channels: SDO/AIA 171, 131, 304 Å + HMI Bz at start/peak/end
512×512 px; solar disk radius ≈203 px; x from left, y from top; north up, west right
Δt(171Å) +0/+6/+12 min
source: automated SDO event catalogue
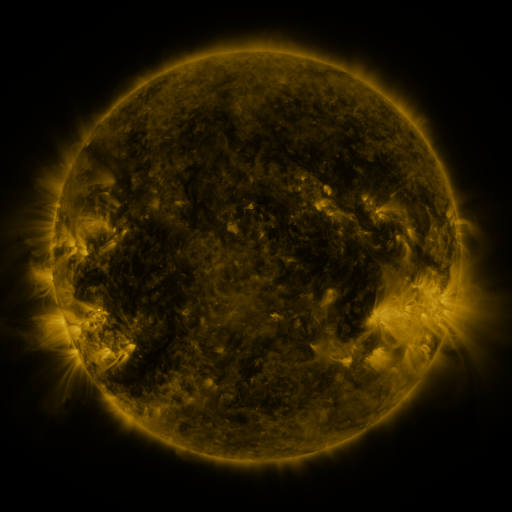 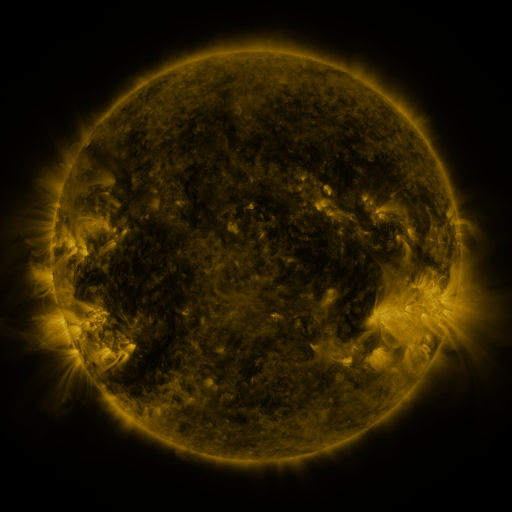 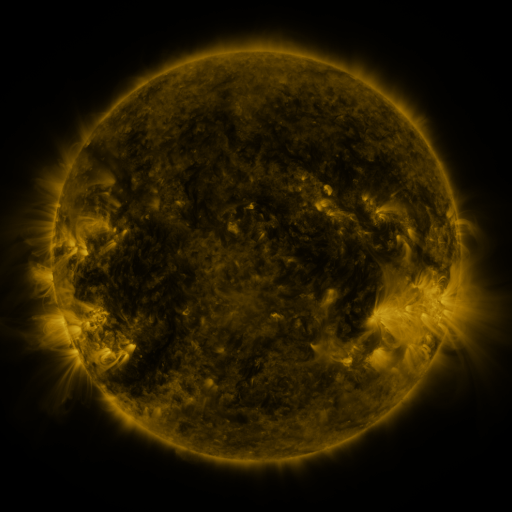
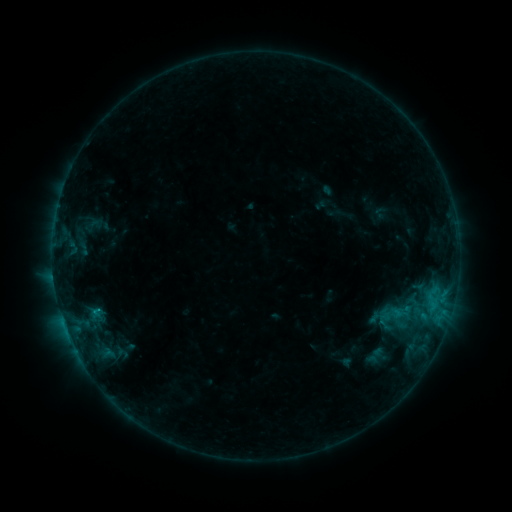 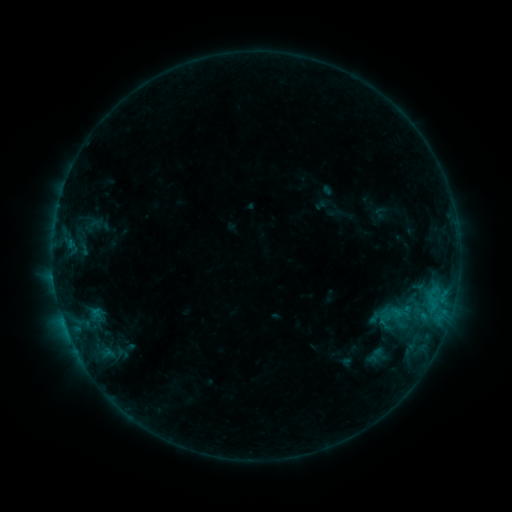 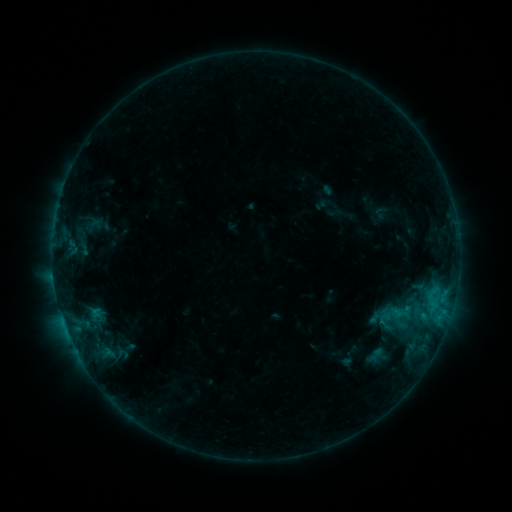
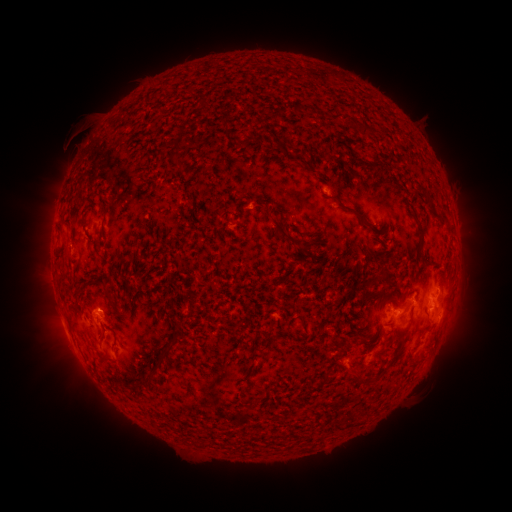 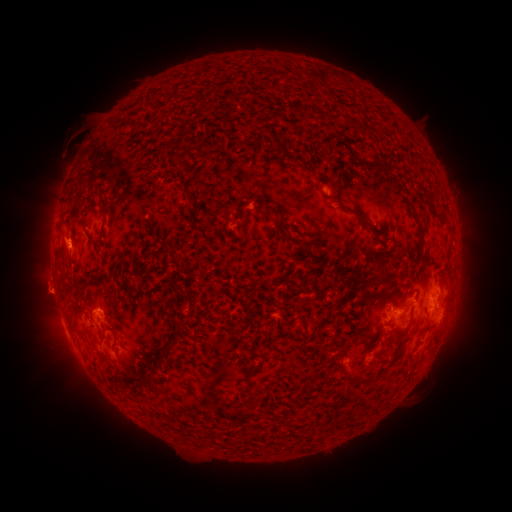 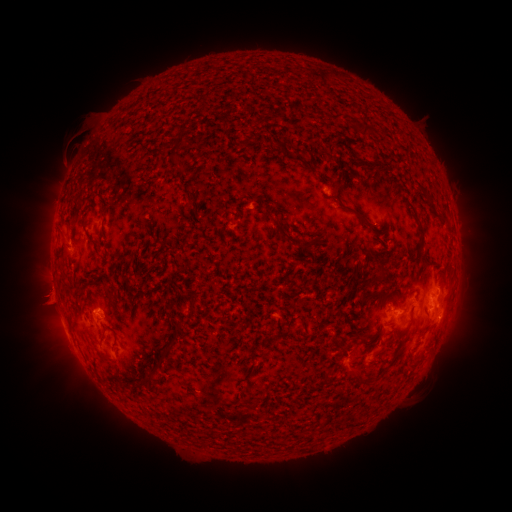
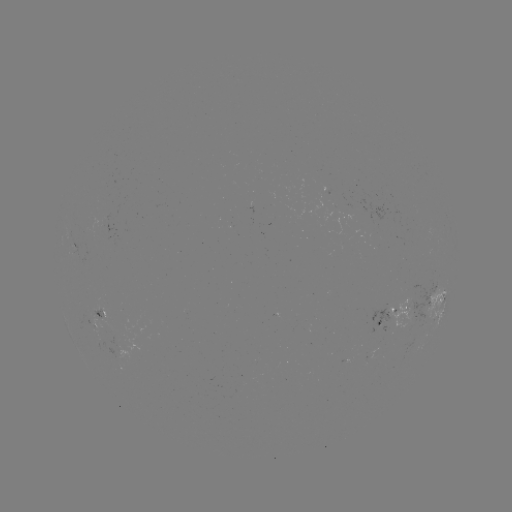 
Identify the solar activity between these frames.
eruption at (47, 341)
